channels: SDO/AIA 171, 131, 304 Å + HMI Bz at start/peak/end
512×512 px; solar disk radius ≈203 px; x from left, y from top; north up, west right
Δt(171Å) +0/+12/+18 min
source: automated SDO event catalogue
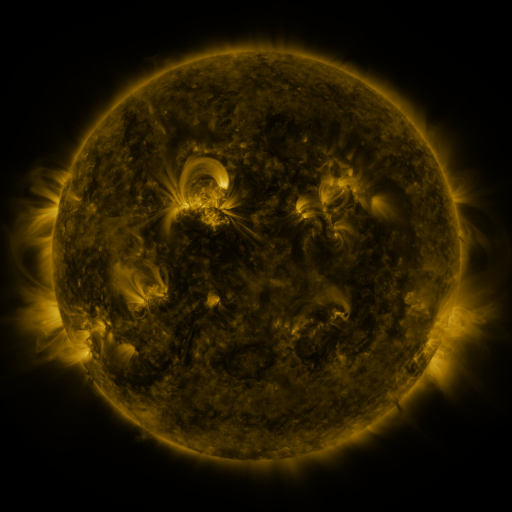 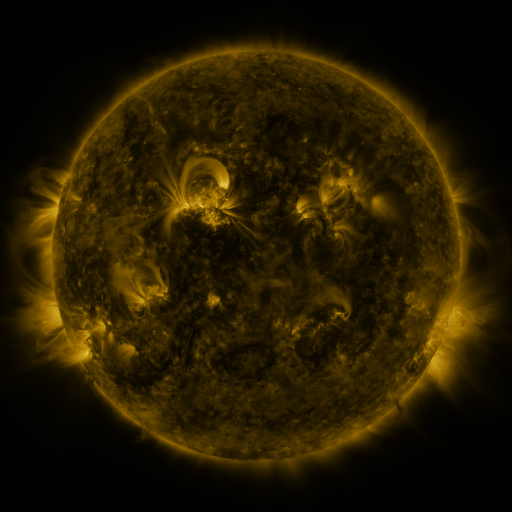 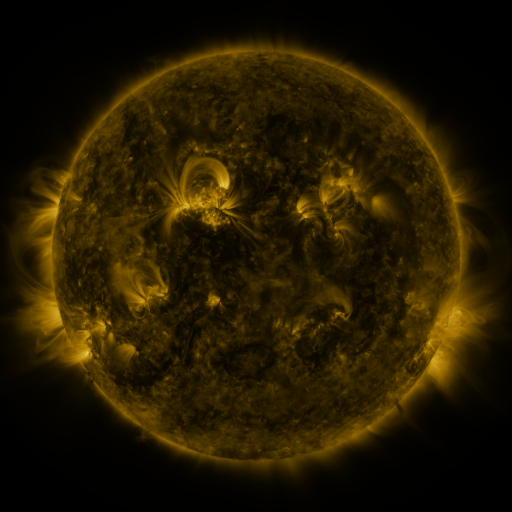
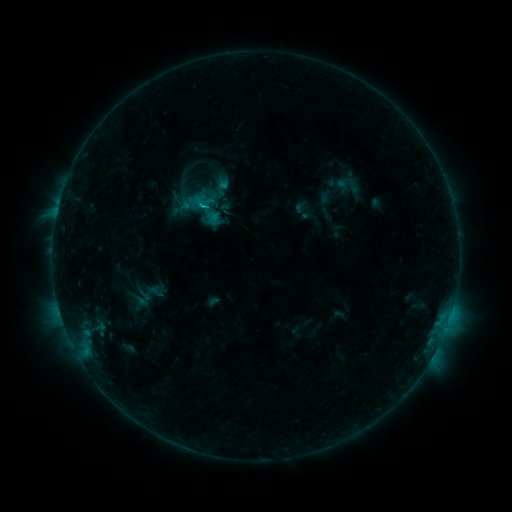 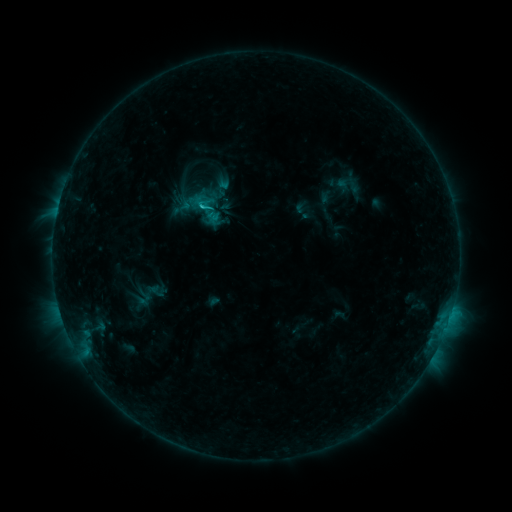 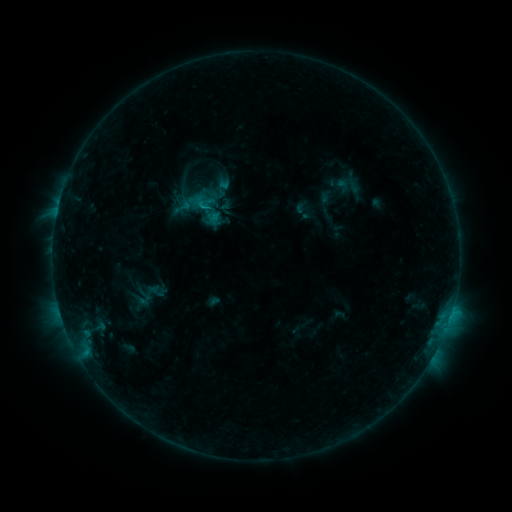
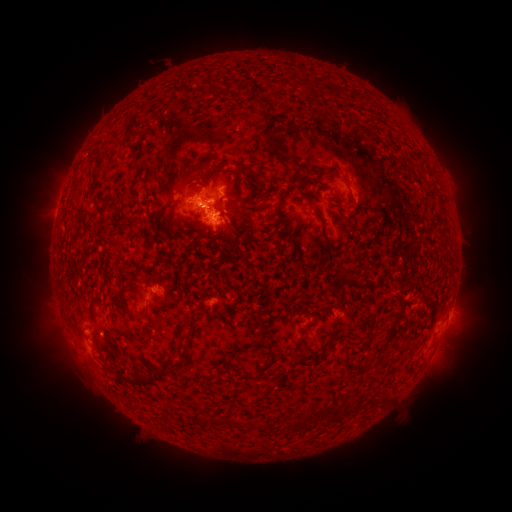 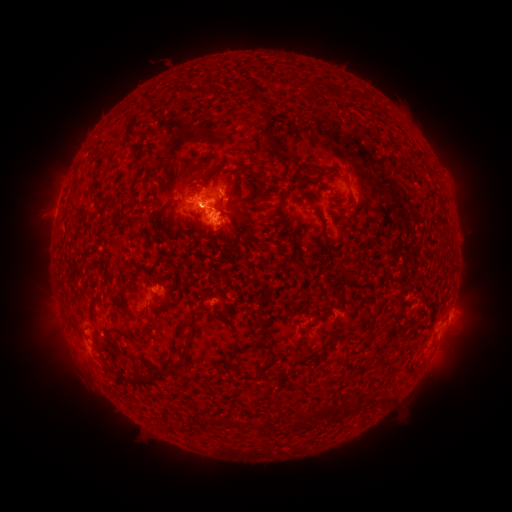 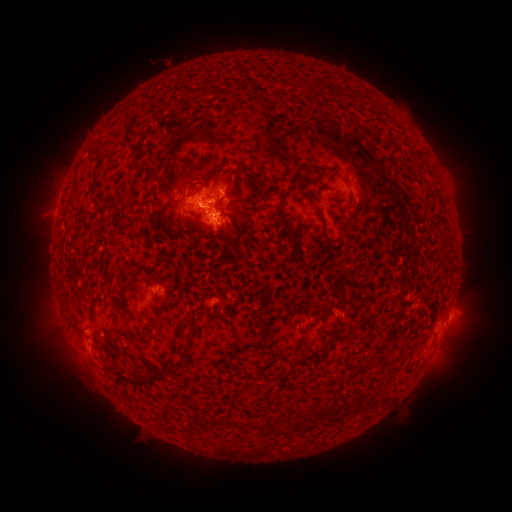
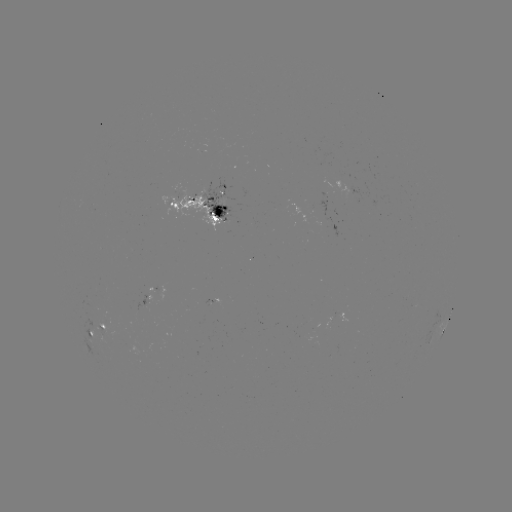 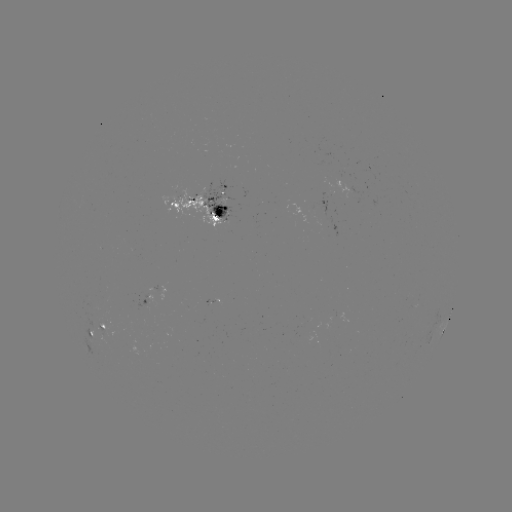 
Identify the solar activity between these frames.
C1.0 flare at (203, 209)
